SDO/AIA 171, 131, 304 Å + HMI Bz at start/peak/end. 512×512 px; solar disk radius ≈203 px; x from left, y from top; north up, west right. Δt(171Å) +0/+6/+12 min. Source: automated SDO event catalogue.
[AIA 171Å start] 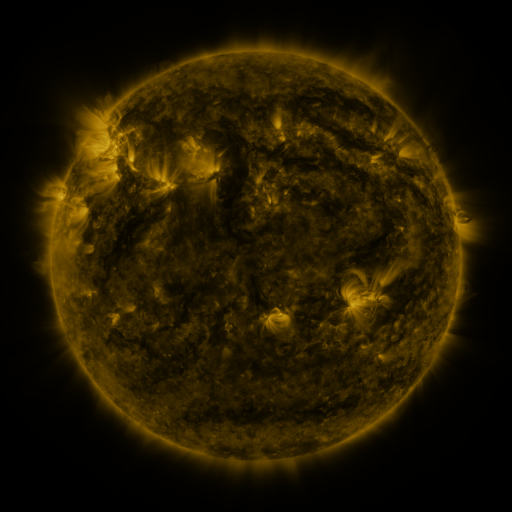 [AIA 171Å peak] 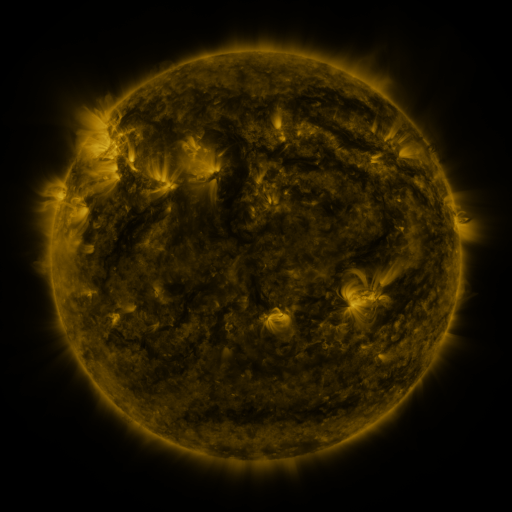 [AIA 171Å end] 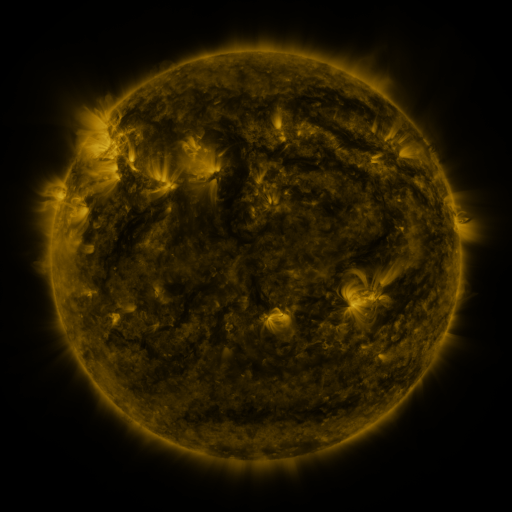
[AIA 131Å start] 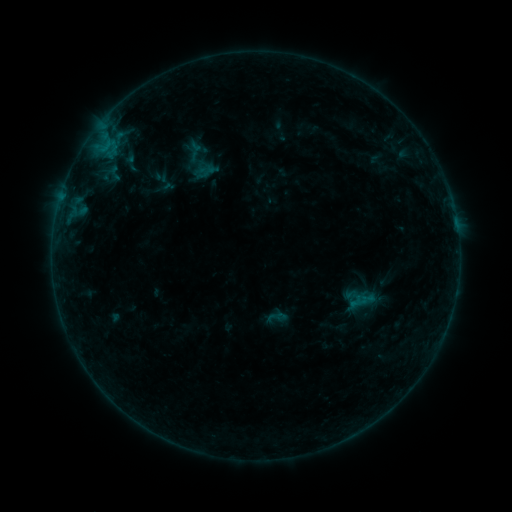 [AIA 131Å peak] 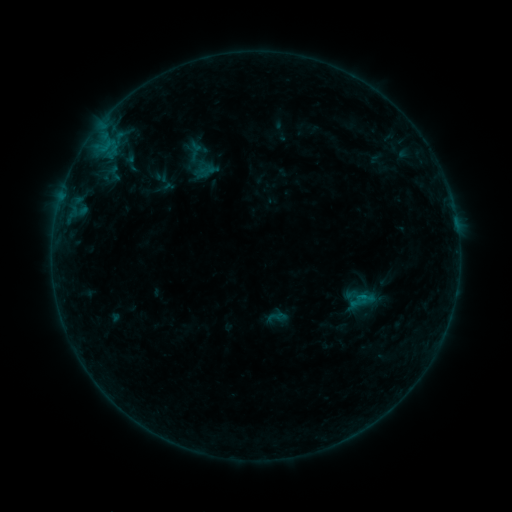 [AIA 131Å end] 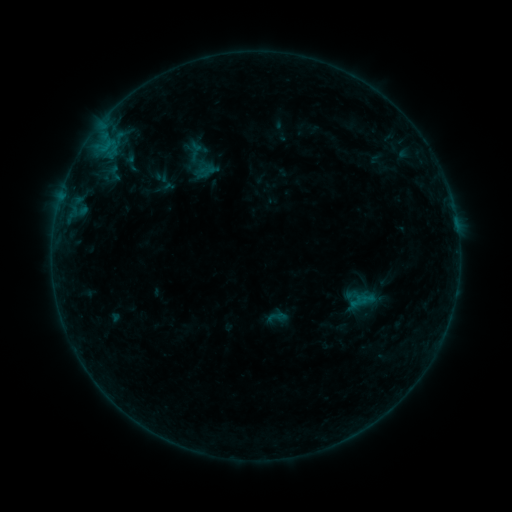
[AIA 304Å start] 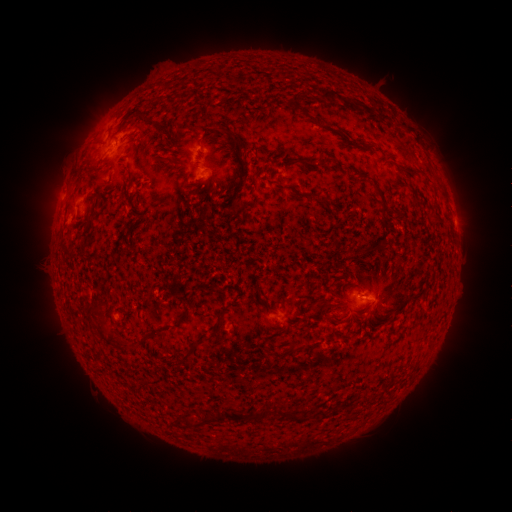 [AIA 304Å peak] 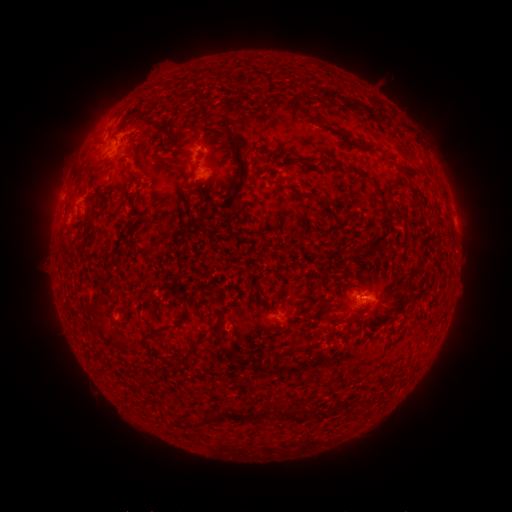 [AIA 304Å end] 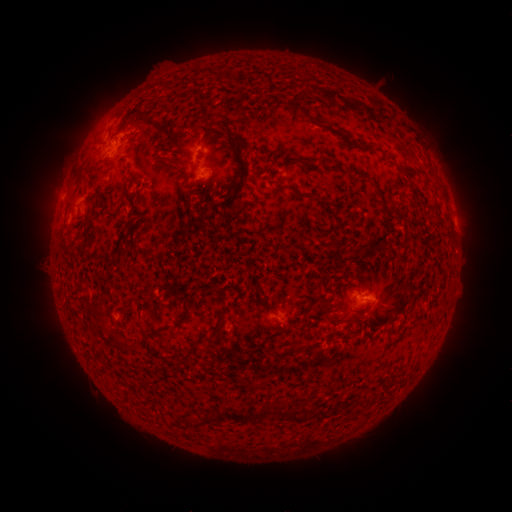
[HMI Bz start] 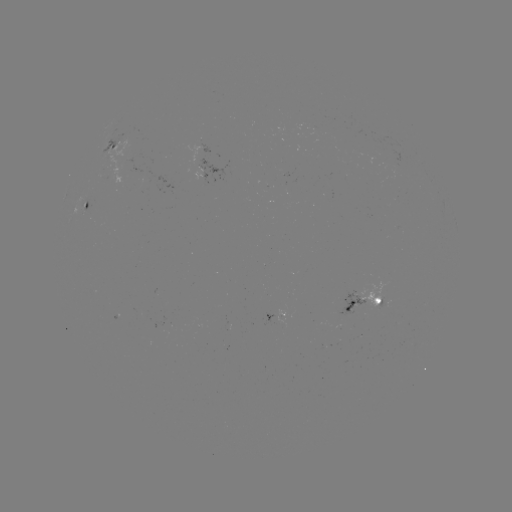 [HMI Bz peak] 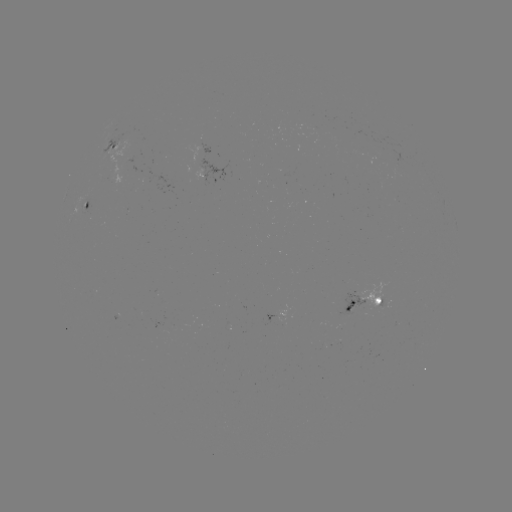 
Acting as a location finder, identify B2.8 flare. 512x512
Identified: (362, 295).